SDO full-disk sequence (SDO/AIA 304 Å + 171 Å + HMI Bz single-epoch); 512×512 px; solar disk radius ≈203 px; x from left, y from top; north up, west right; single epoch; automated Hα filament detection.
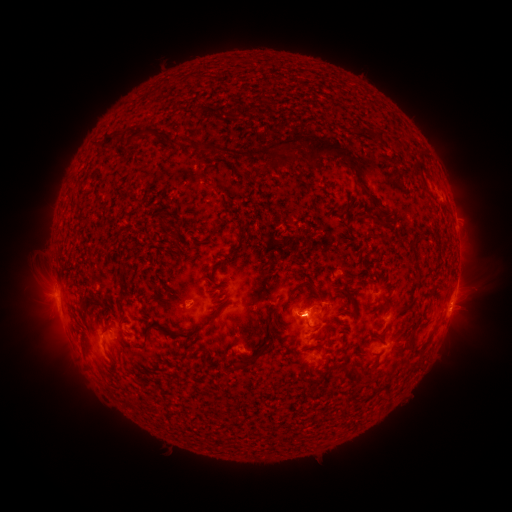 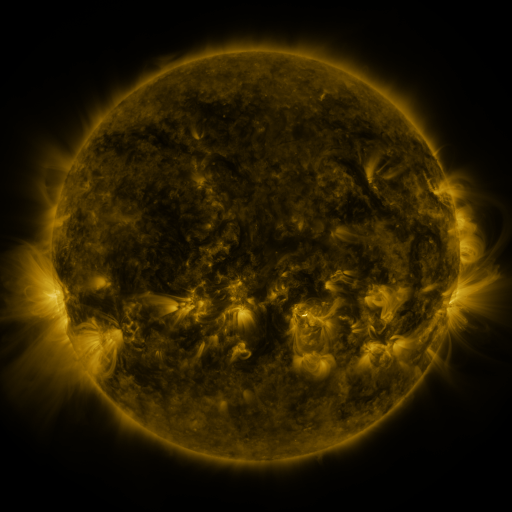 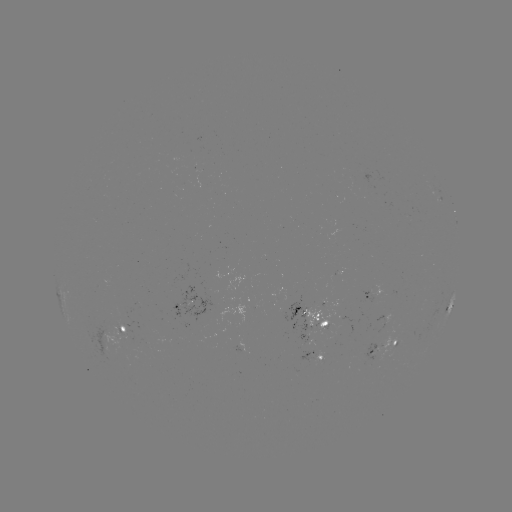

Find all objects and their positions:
filament: (246, 110)
filament: (379, 133)
filament: (145, 136)
filament: (128, 141)
filament: (168, 143)
filament: (313, 143)
filament: (104, 145)
filament: (286, 151)
filament: (277, 162)
filament: (416, 170)
filament: (391, 177)
filament: (400, 185)
filament: (424, 188)
filament: (152, 192)
filament: (366, 194)
filament: (119, 233)
filament: (178, 233)
filament: (200, 244)
filament: (414, 251)
filament: (228, 256)
filament: (215, 265)
filament: (131, 269)
filament: (306, 283)
filament: (141, 289)
filament: (352, 303)
filament: (280, 320)
filament: (316, 323)
filament: (152, 328)
filament: (106, 330)
filament: (196, 331)
filament: (276, 337)
filament: (263, 348)
filament: (420, 350)
filament: (211, 356)
filament: (242, 365)
filament: (368, 372)
filament: (272, 384)
filament: (345, 408)
